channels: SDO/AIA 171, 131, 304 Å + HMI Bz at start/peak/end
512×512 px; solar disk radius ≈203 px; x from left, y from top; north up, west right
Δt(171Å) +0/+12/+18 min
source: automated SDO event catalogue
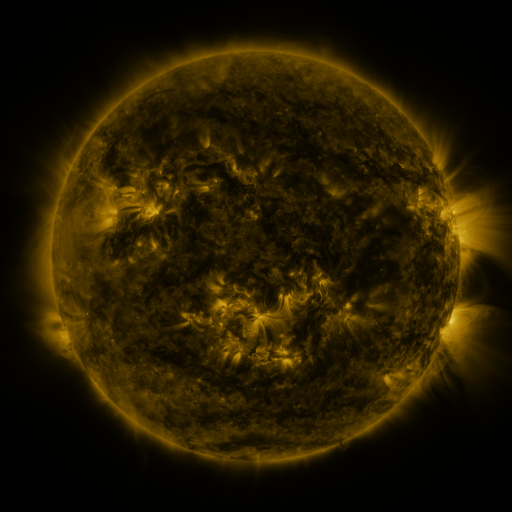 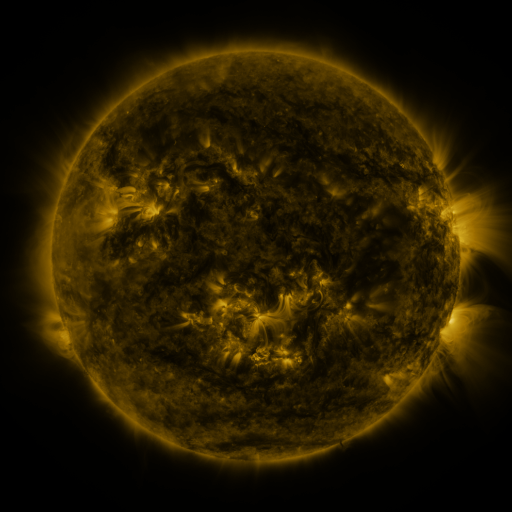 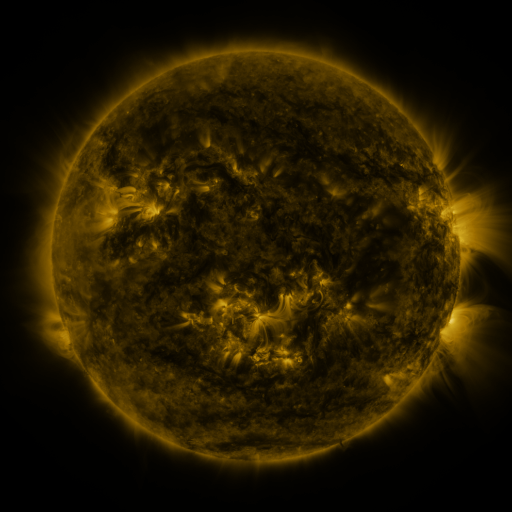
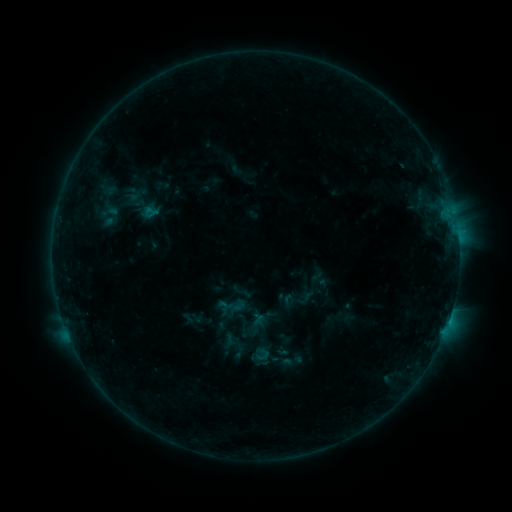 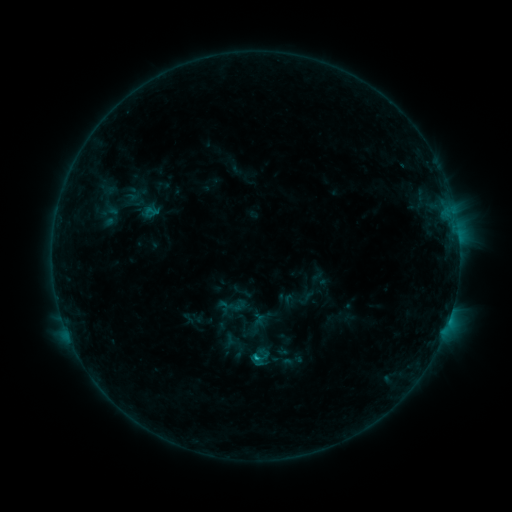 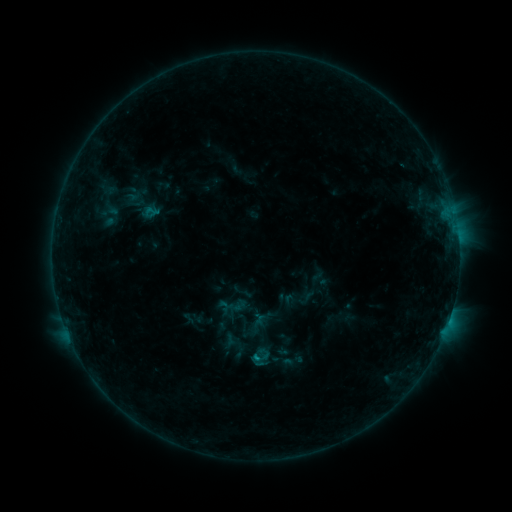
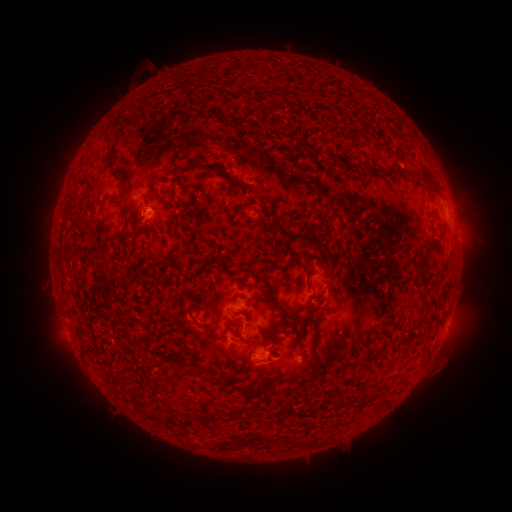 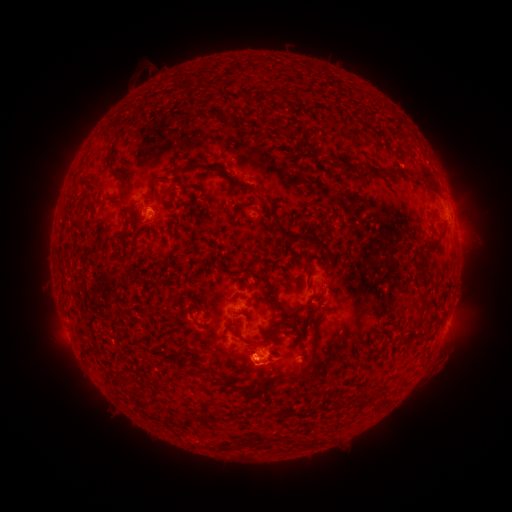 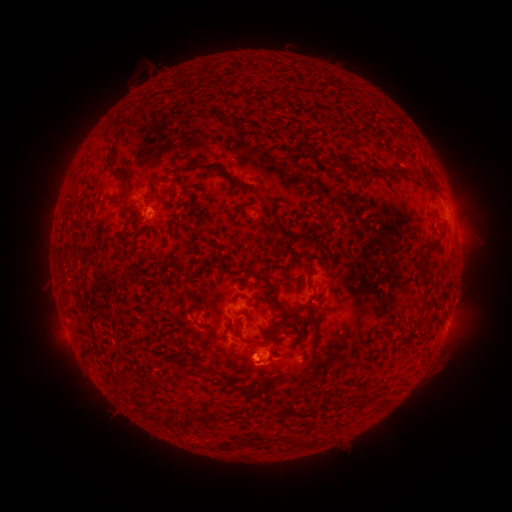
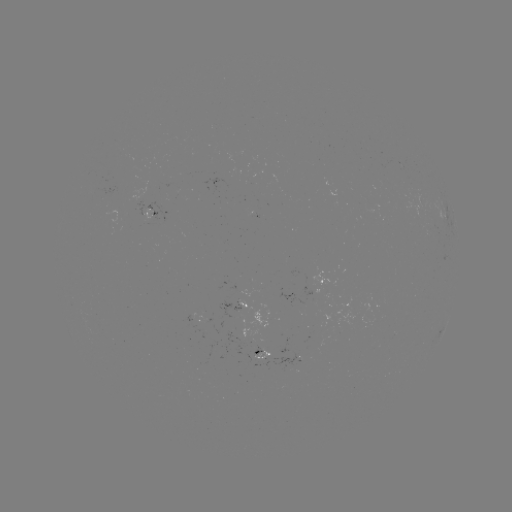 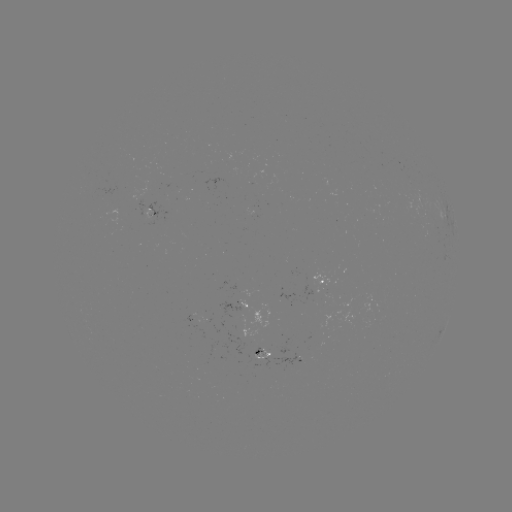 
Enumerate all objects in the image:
B6.6 flare: (256, 356)
